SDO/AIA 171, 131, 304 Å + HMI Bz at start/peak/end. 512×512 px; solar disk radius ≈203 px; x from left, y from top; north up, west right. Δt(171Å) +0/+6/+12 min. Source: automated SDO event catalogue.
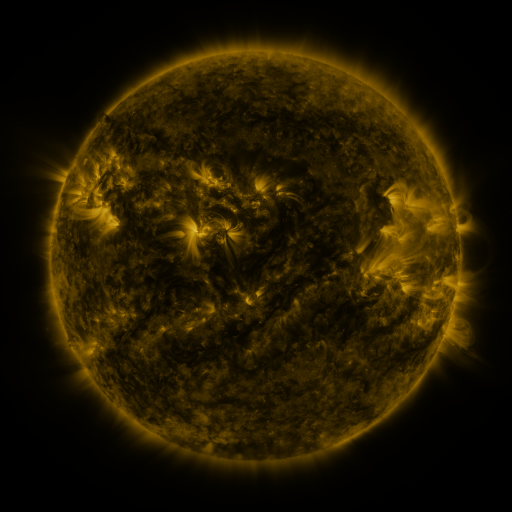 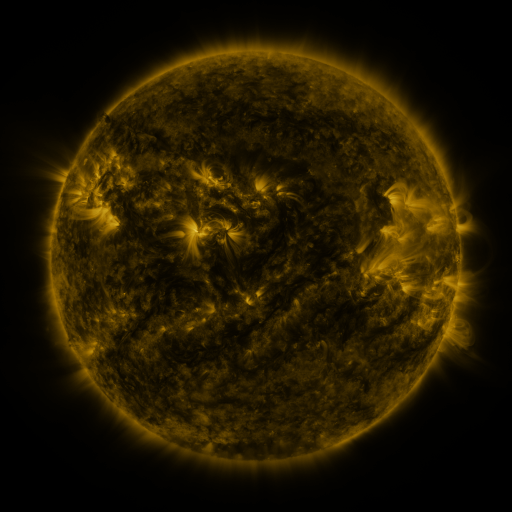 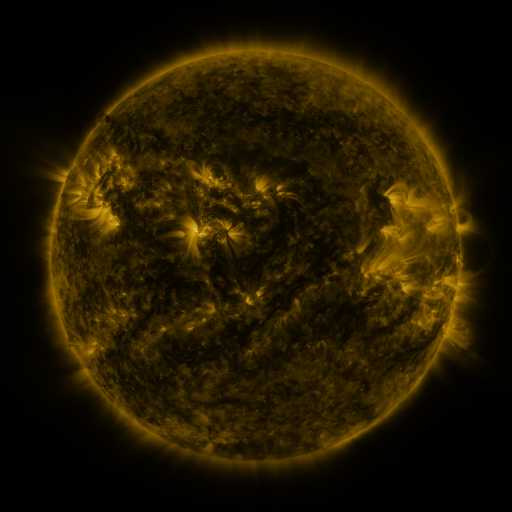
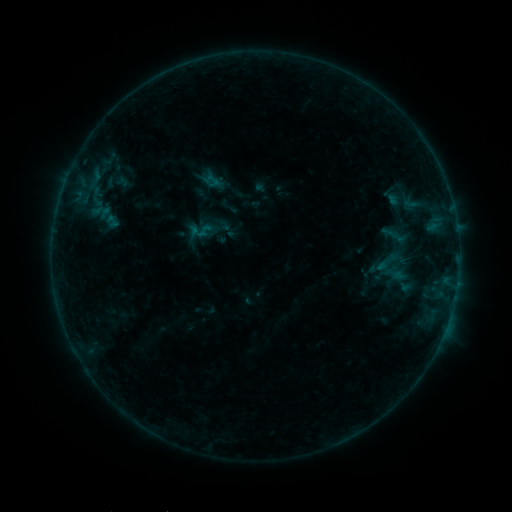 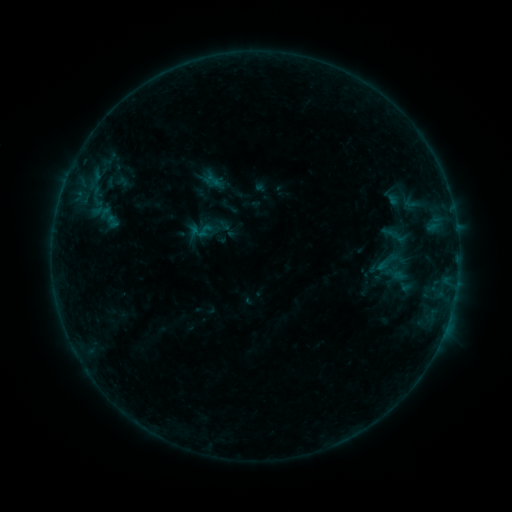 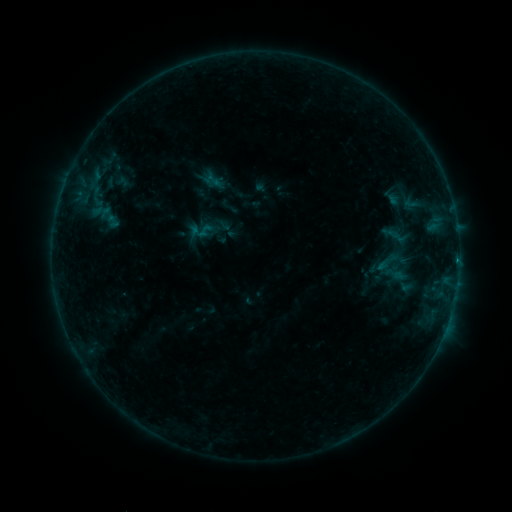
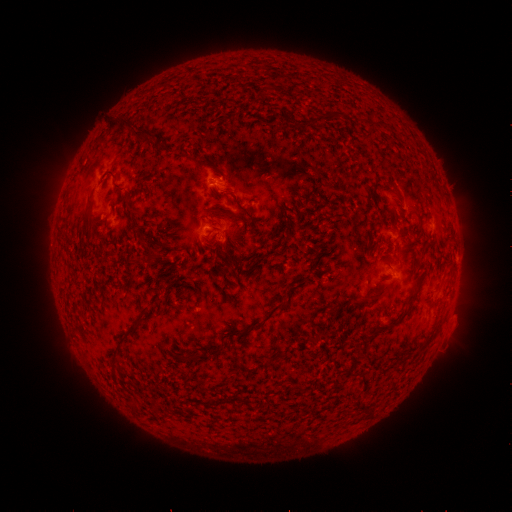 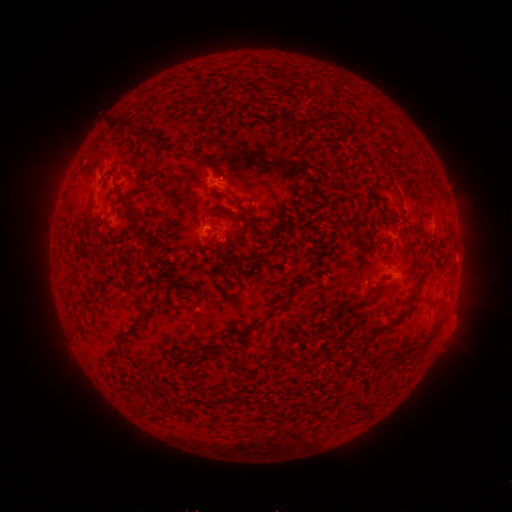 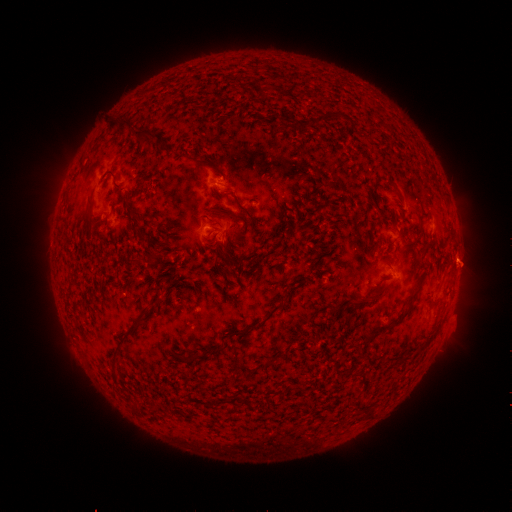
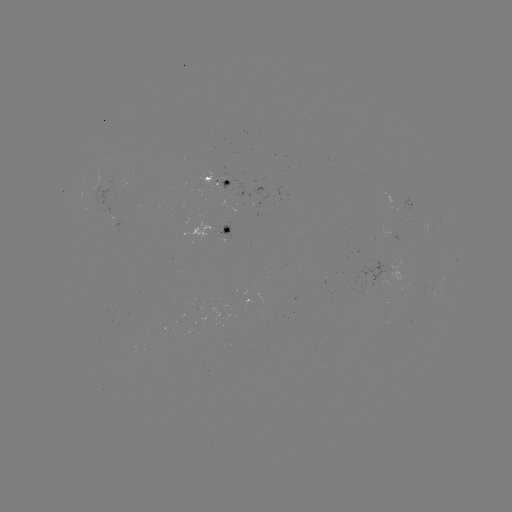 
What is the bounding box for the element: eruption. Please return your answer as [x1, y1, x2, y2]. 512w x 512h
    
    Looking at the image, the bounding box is [440, 241, 490, 295].